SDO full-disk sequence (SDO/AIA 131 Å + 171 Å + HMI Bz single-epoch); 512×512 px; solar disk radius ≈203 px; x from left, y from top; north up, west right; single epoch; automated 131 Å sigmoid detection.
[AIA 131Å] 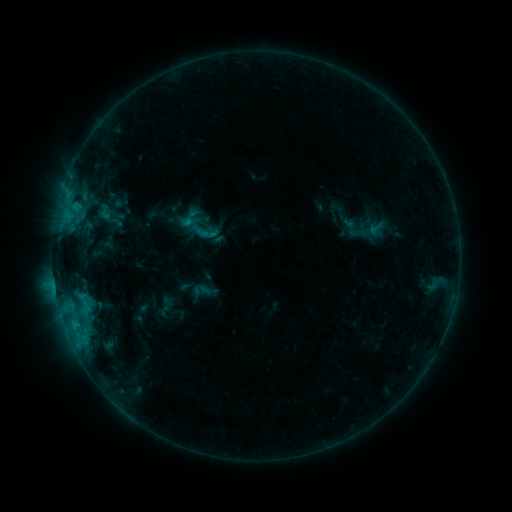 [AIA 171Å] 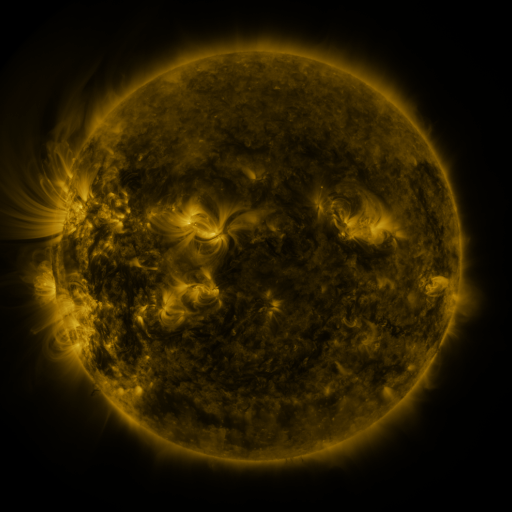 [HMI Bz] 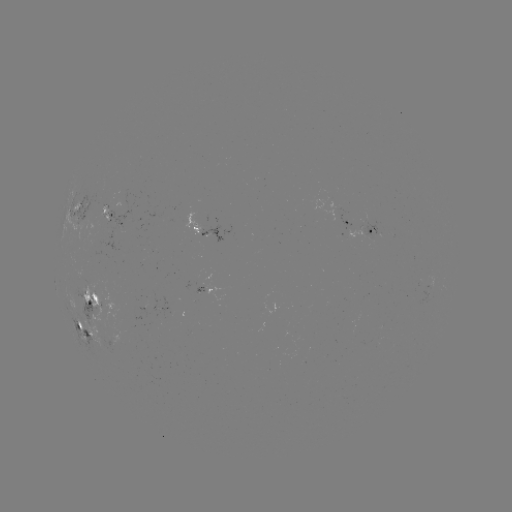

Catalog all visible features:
sigmoid: <bbox>110, 200, 130, 221</bbox>
sigmoid: <bbox>97, 203, 115, 222</bbox>
sigmoid: <bbox>192, 222, 209, 240</bbox>
